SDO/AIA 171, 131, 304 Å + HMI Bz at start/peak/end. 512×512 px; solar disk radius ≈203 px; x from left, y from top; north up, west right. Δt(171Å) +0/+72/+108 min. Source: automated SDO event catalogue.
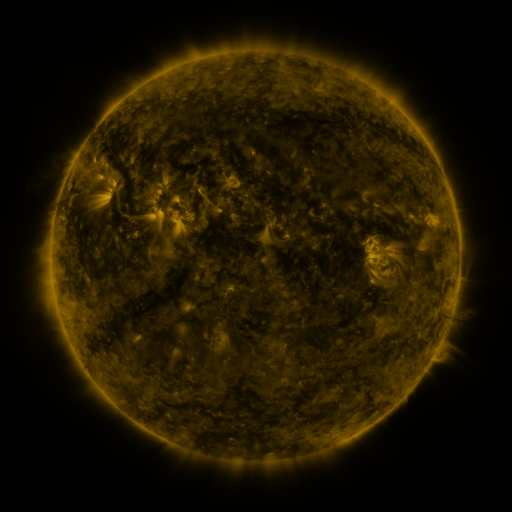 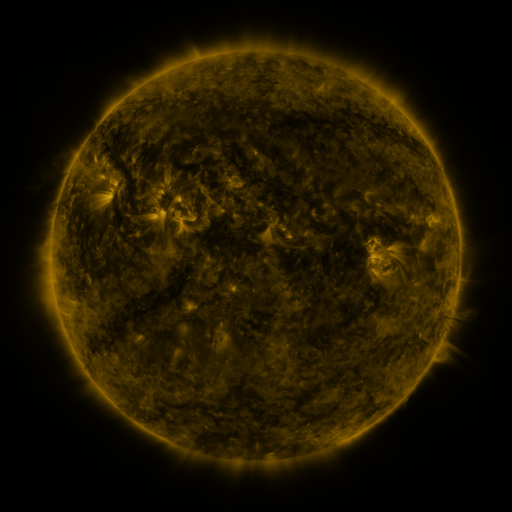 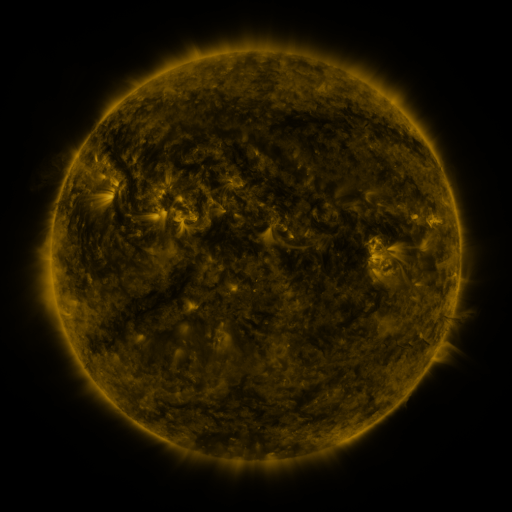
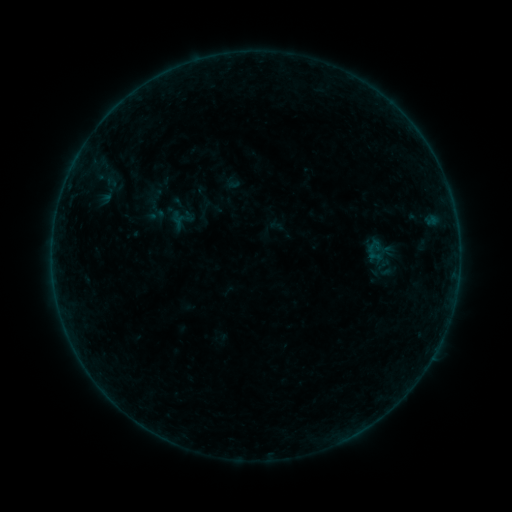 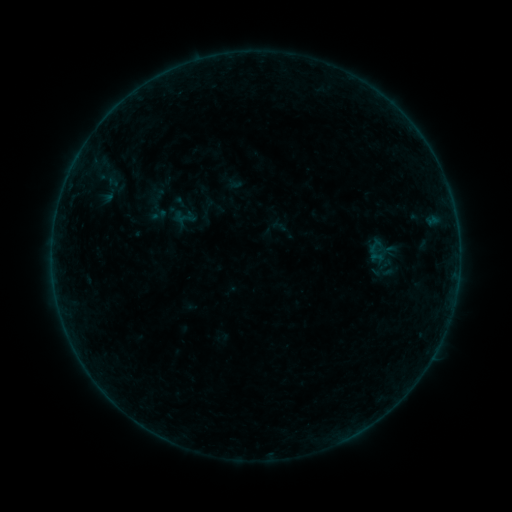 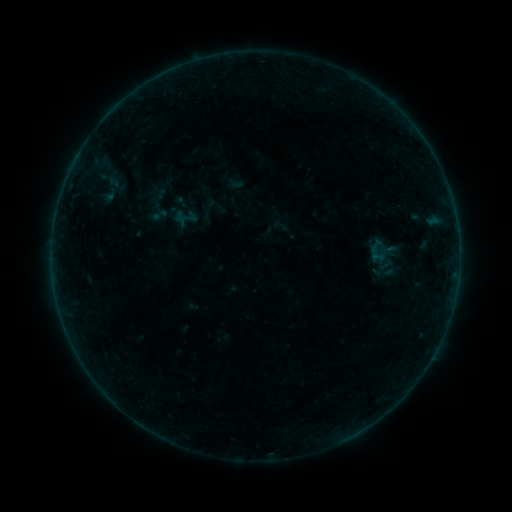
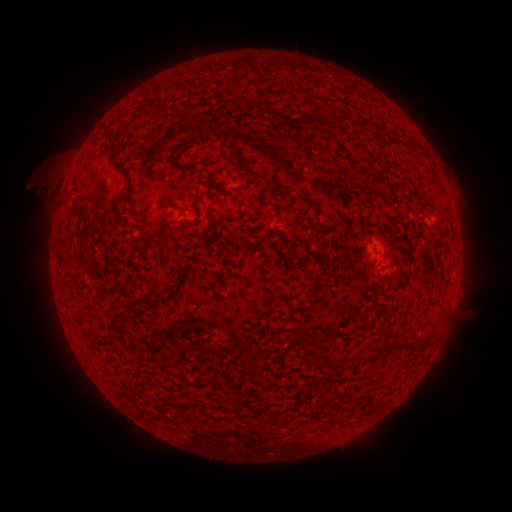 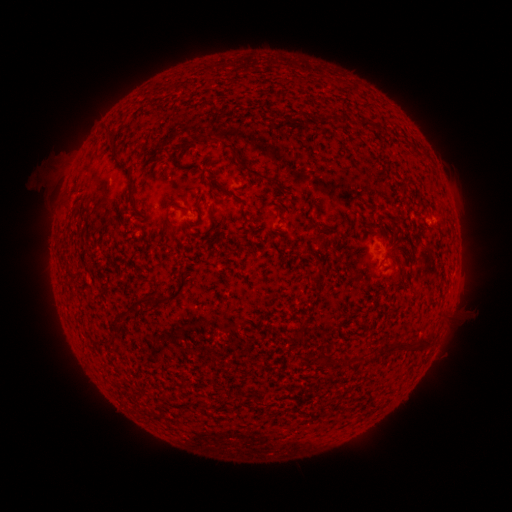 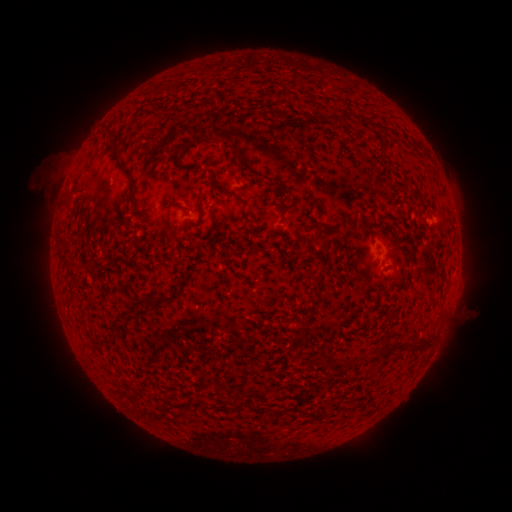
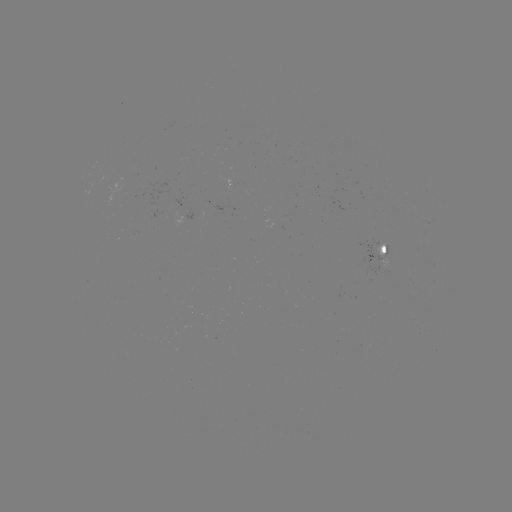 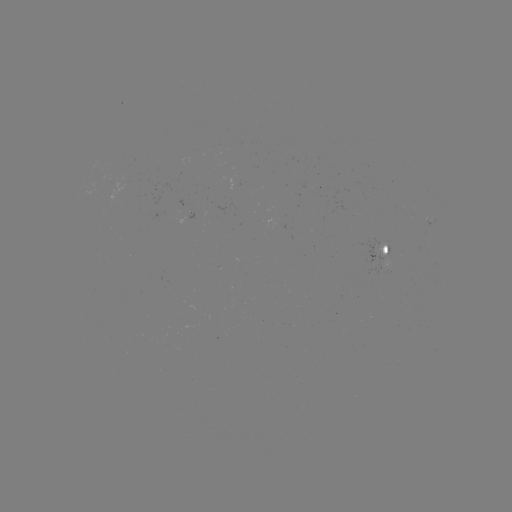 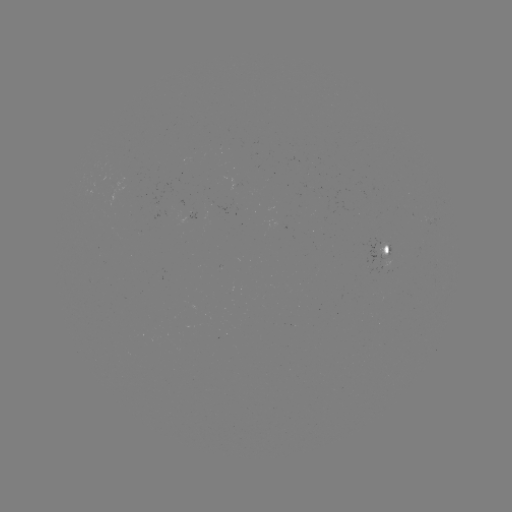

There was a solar emerging-flux region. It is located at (386, 260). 